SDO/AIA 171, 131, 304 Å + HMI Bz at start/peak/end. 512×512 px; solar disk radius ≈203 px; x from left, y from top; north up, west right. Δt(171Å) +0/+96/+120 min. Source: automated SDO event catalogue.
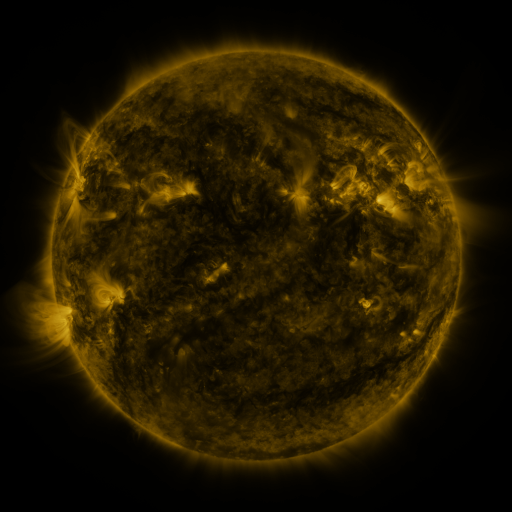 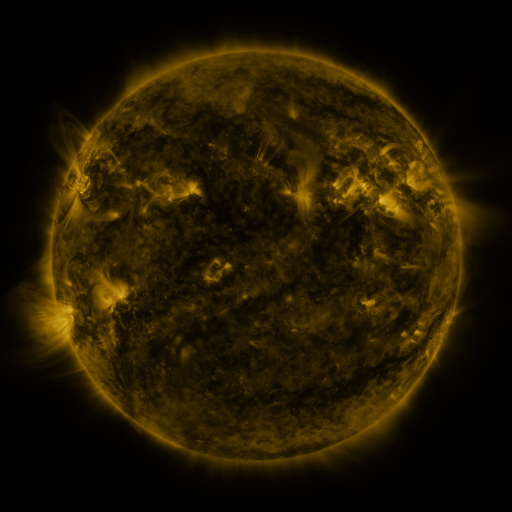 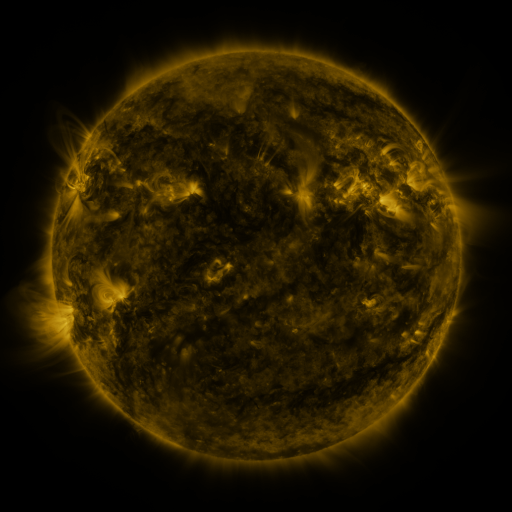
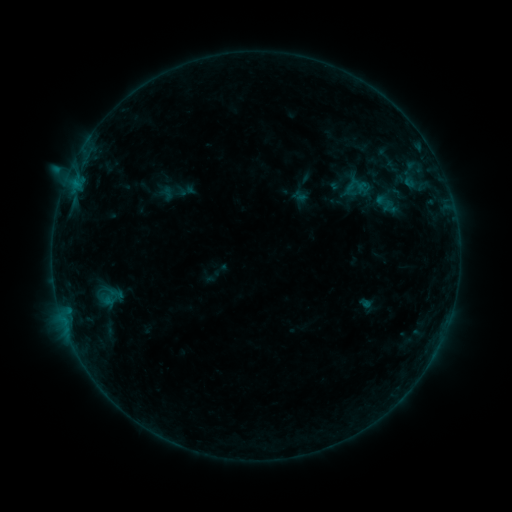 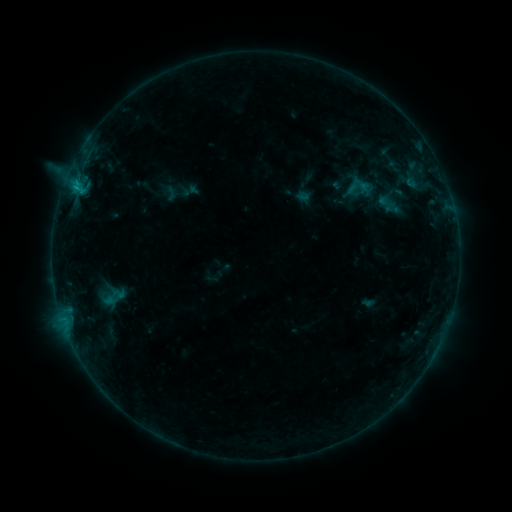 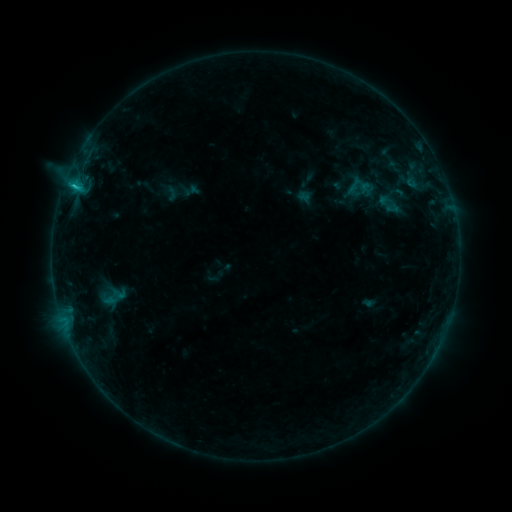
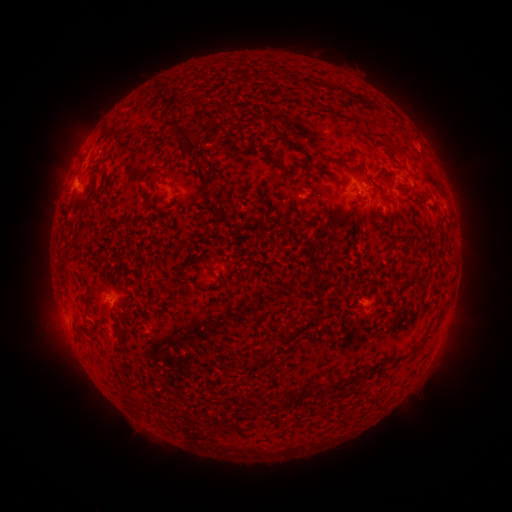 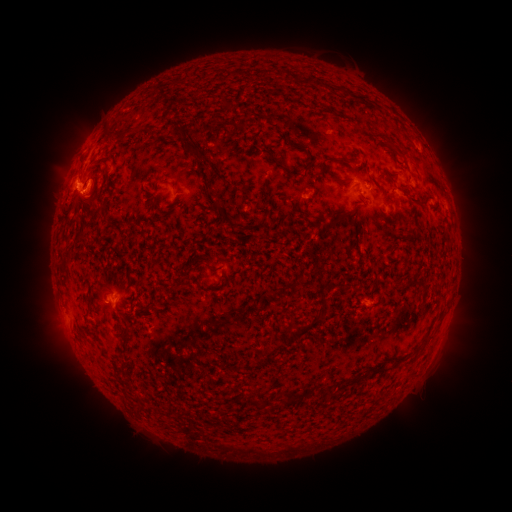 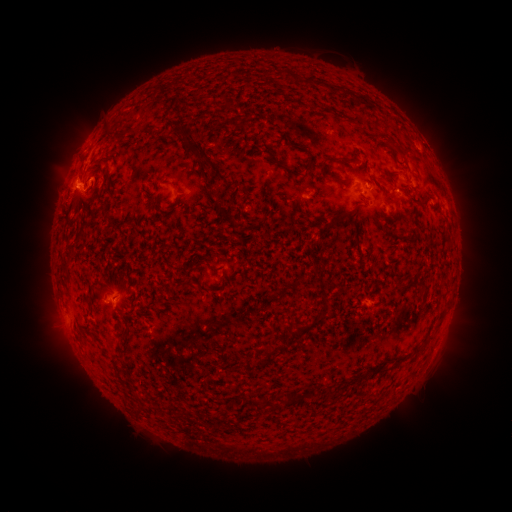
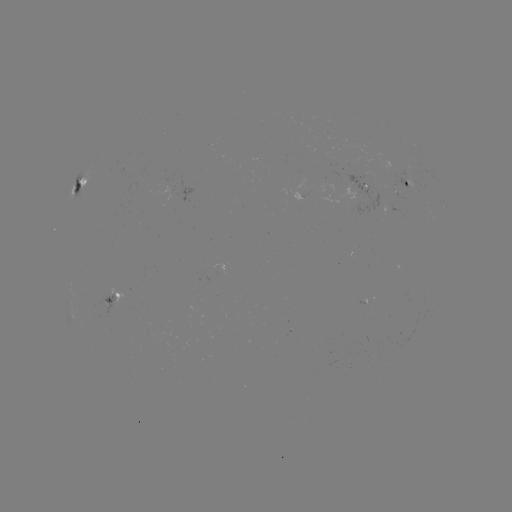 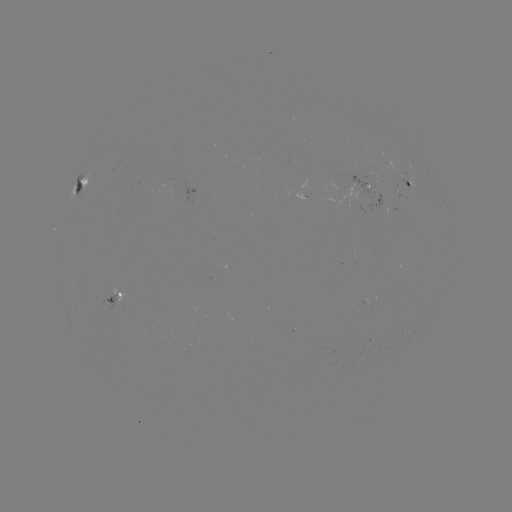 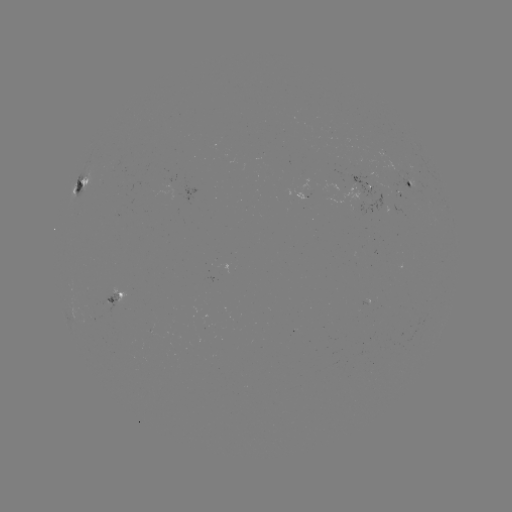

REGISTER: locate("emerging-flux region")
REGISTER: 305,194